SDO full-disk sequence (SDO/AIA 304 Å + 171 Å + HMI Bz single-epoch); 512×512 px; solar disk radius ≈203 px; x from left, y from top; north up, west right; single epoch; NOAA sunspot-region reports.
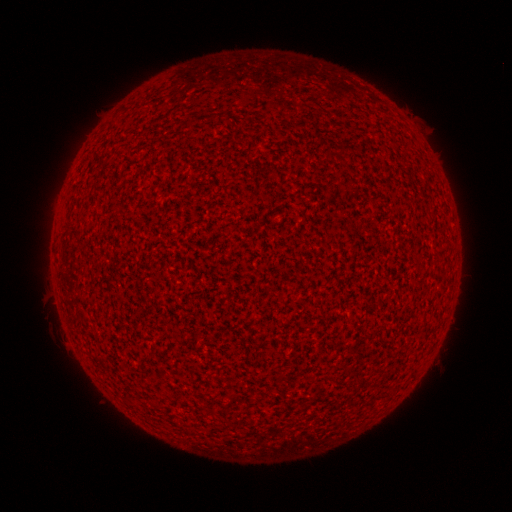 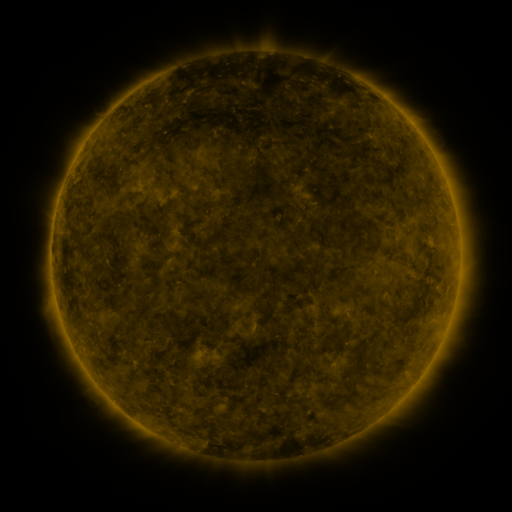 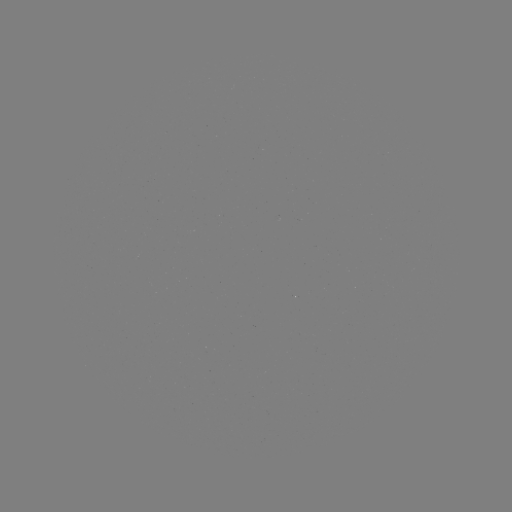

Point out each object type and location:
(none)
